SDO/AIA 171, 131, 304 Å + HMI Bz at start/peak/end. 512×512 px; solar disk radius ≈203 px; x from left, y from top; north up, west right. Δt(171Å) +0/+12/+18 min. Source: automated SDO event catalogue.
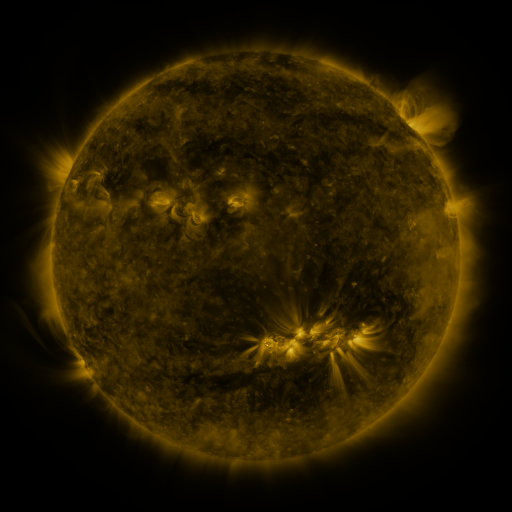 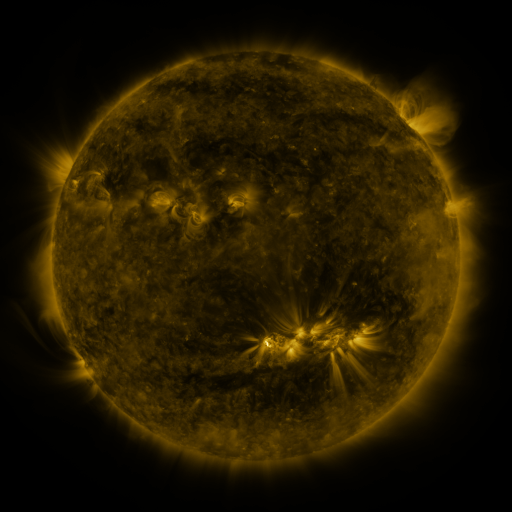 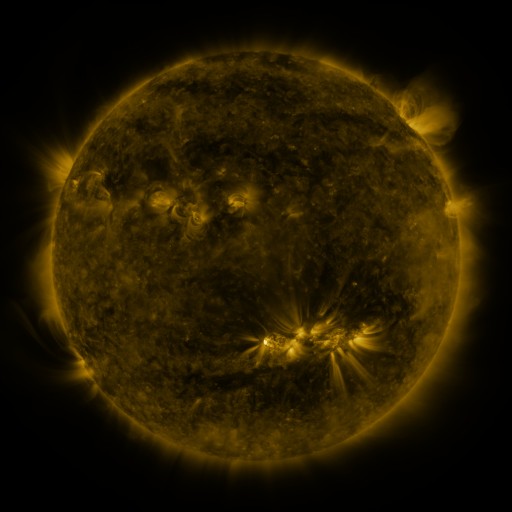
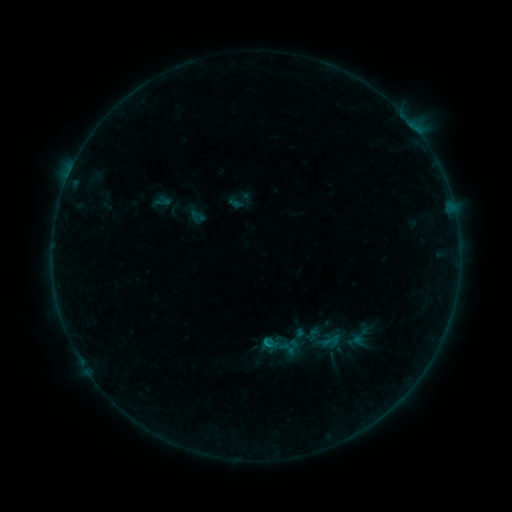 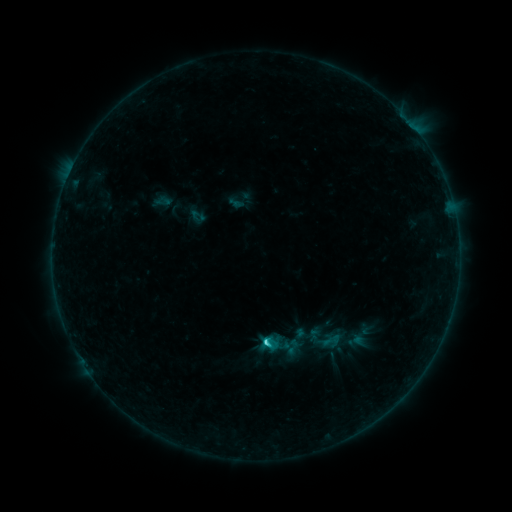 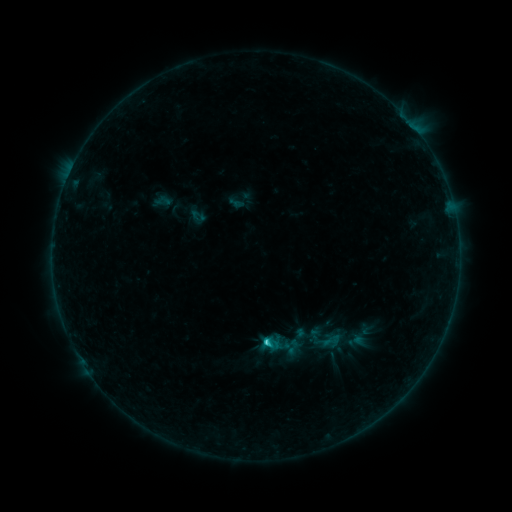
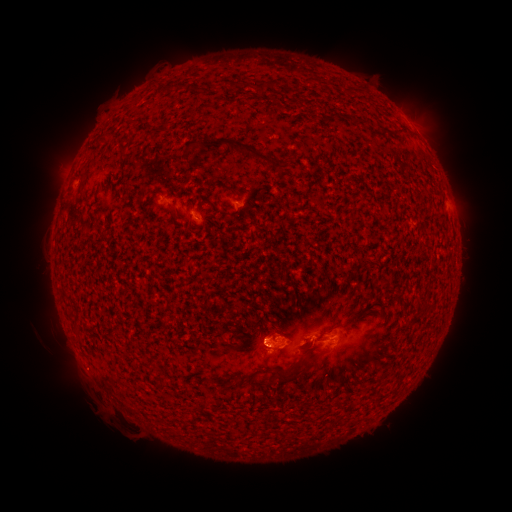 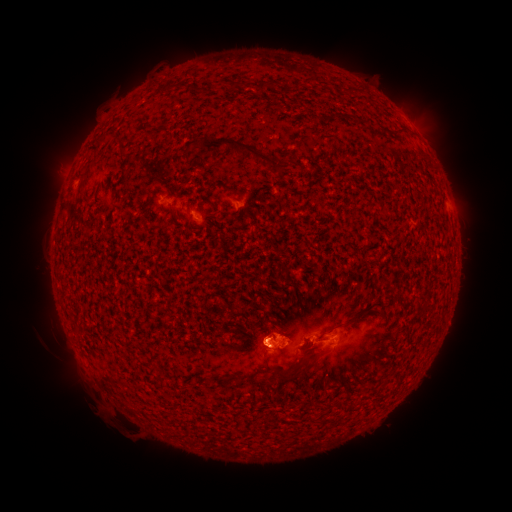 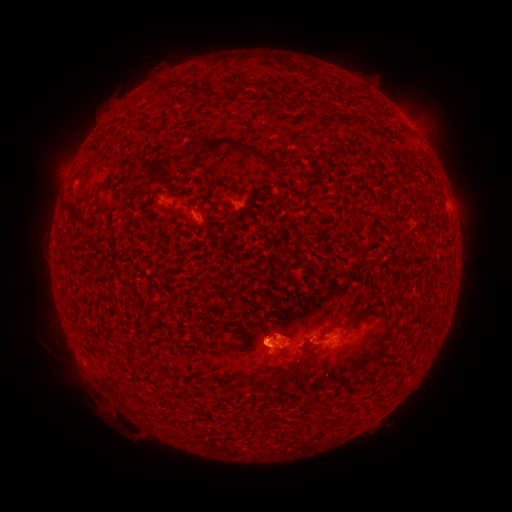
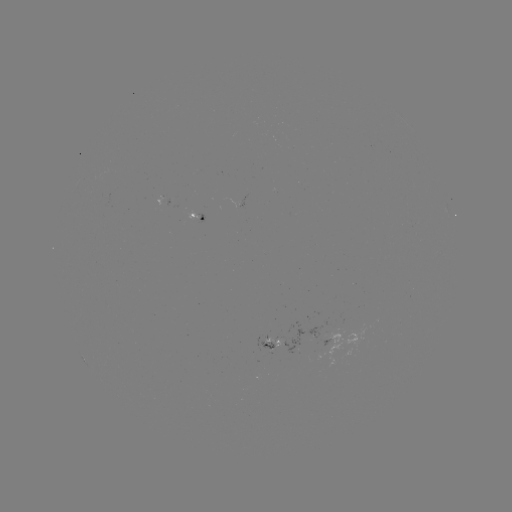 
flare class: C1.5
